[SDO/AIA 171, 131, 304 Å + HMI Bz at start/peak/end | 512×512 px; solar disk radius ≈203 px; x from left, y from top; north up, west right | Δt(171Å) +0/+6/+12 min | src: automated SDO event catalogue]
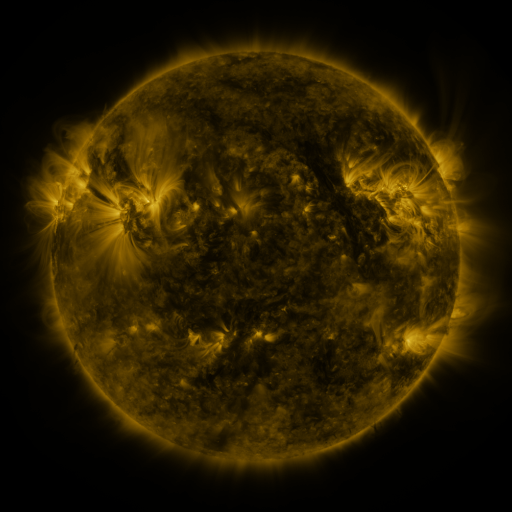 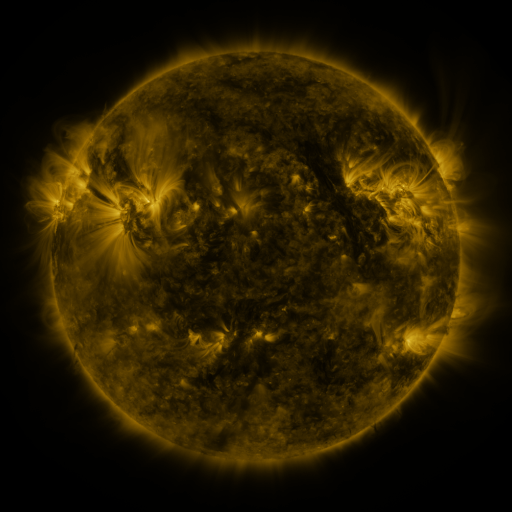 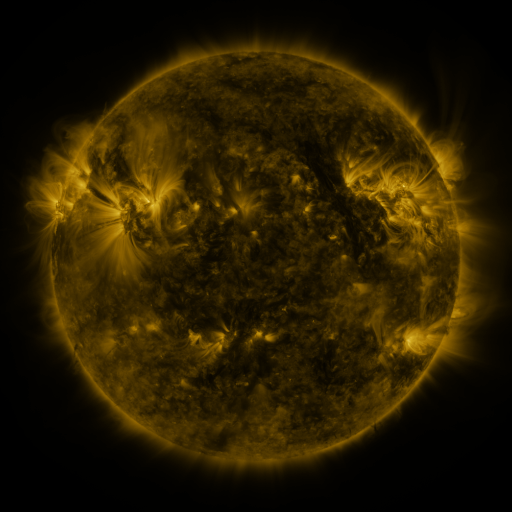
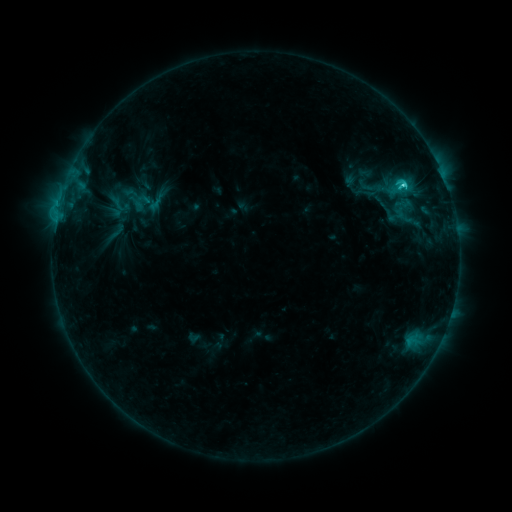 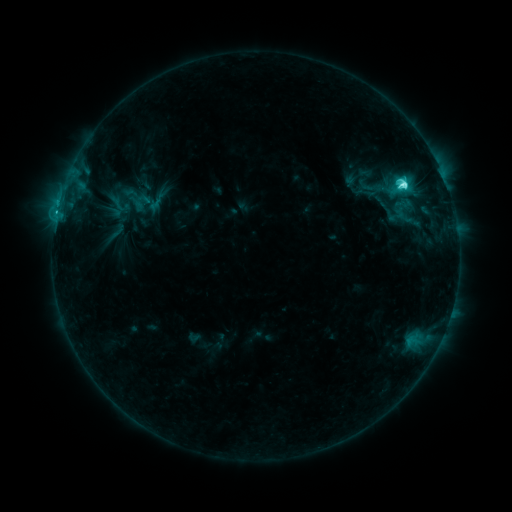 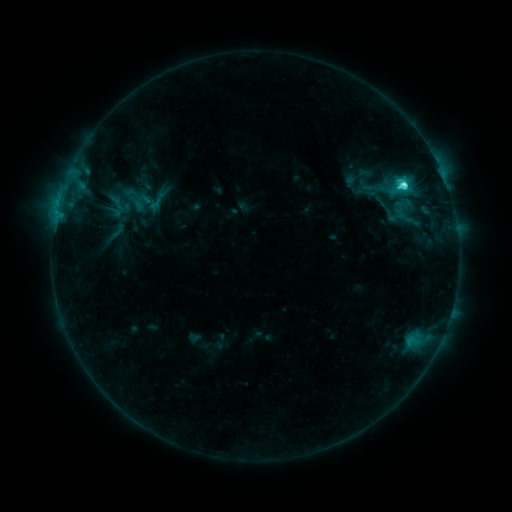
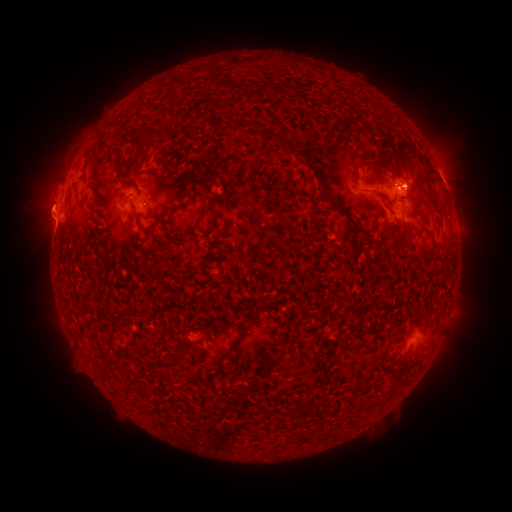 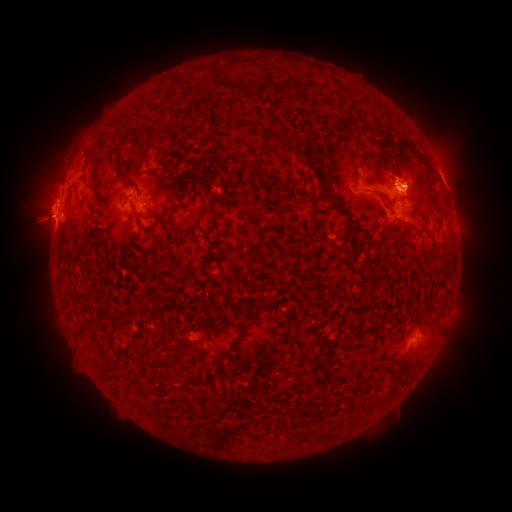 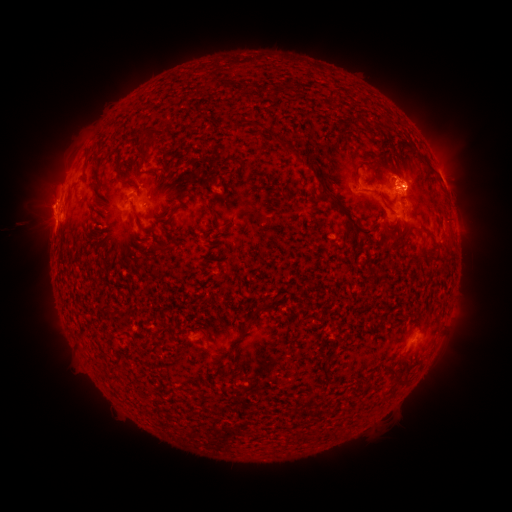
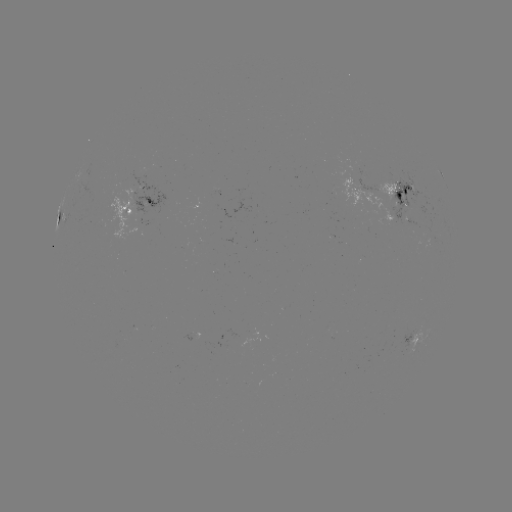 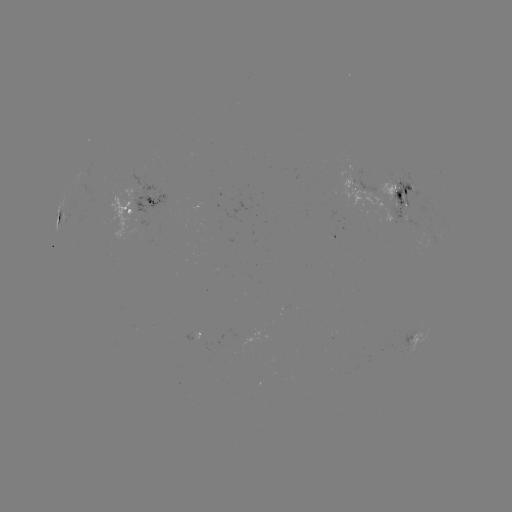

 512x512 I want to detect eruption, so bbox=[7, 156, 70, 248].